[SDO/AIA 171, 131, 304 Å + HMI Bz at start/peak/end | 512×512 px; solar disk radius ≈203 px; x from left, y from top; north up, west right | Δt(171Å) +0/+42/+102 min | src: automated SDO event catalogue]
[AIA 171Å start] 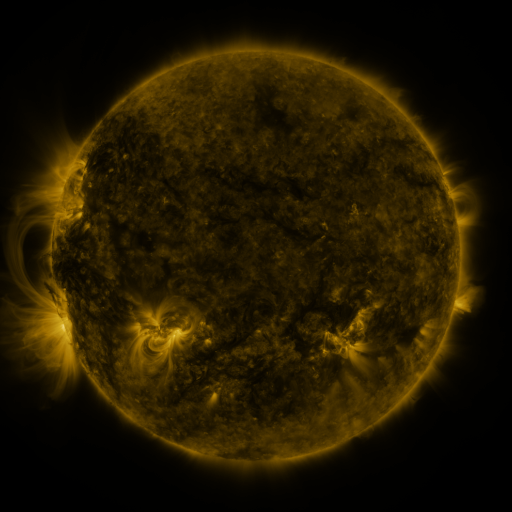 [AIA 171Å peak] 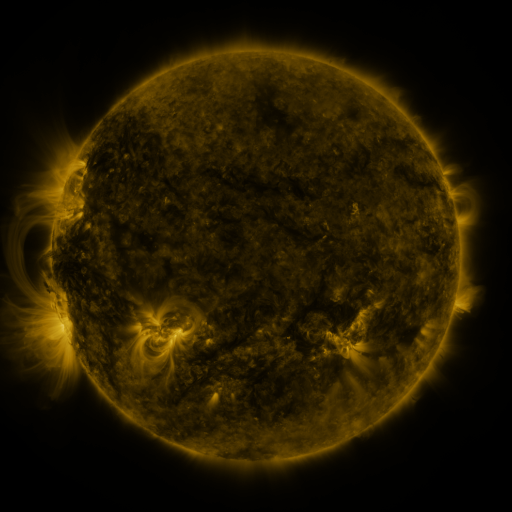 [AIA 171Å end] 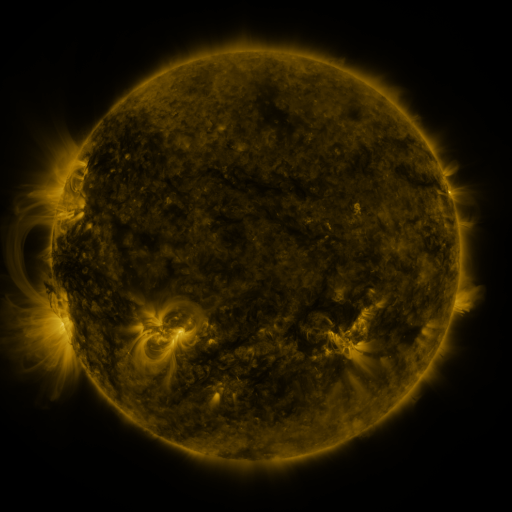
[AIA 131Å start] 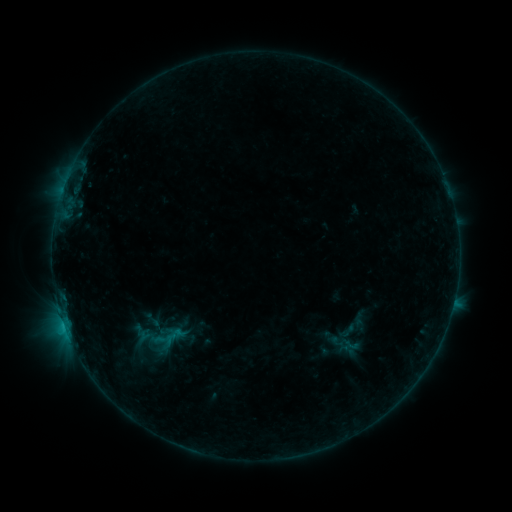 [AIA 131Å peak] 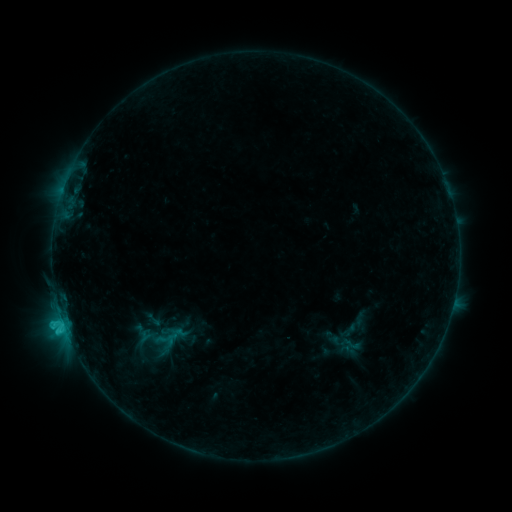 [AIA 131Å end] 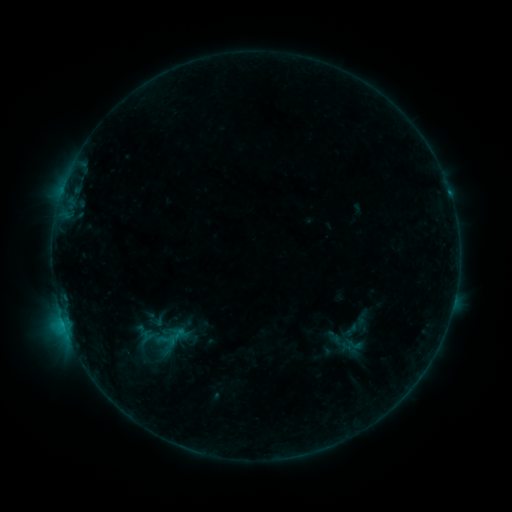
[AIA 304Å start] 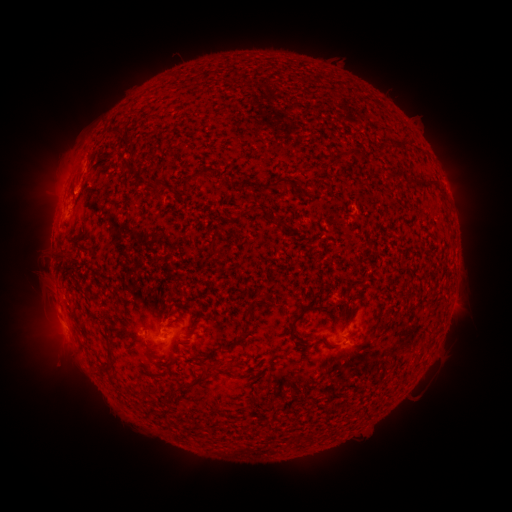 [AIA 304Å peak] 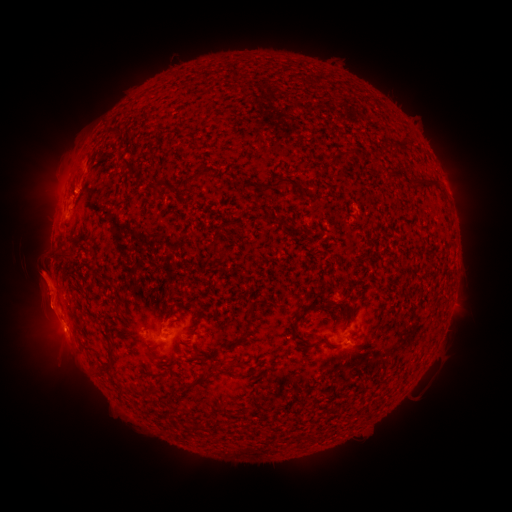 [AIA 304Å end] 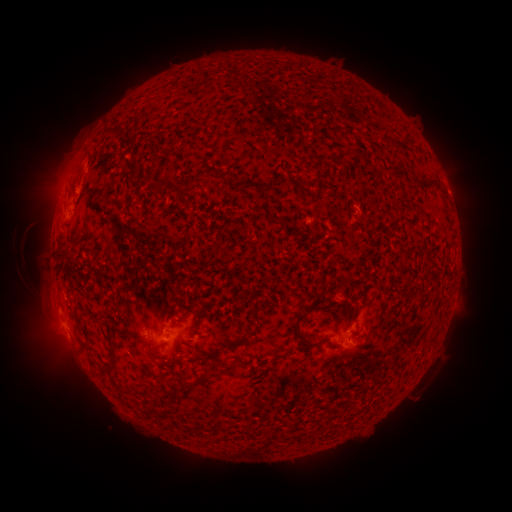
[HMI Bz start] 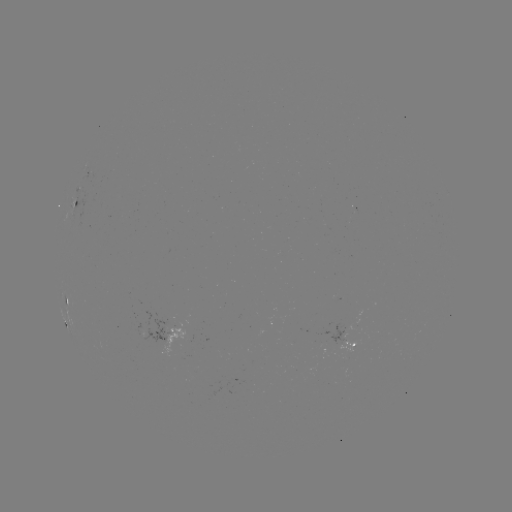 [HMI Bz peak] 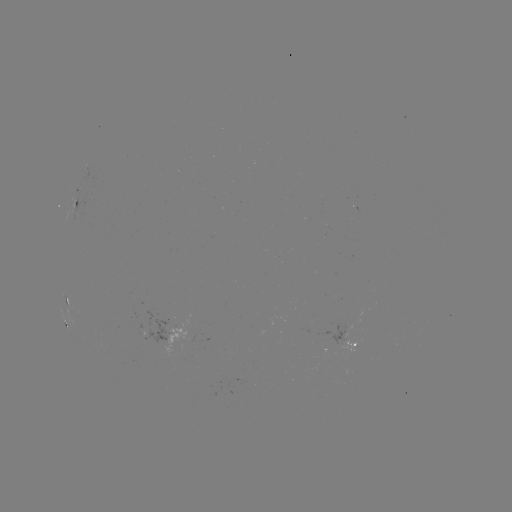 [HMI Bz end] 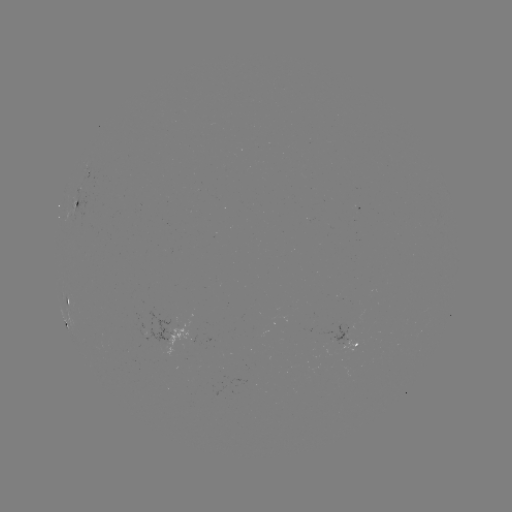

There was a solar flare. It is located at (65, 326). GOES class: C1.4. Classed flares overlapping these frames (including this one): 2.